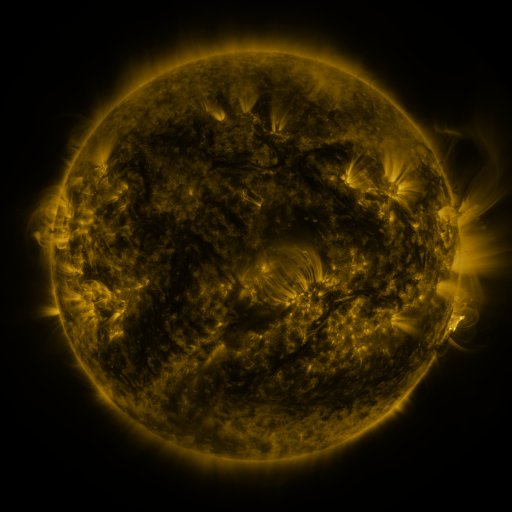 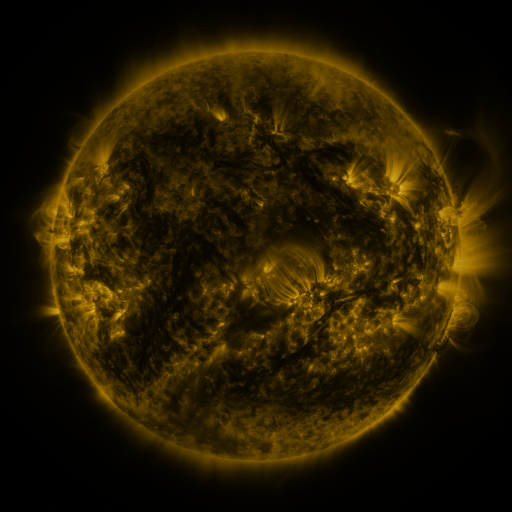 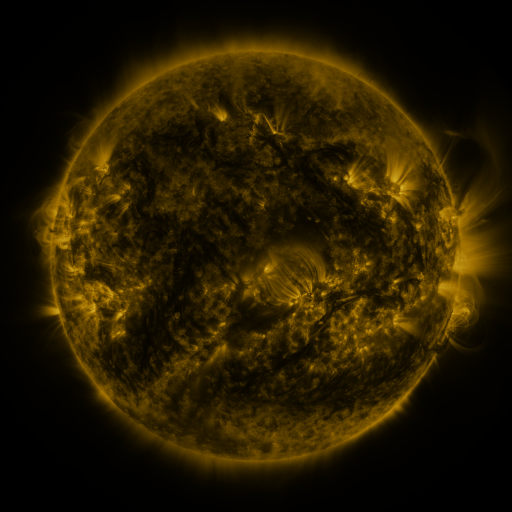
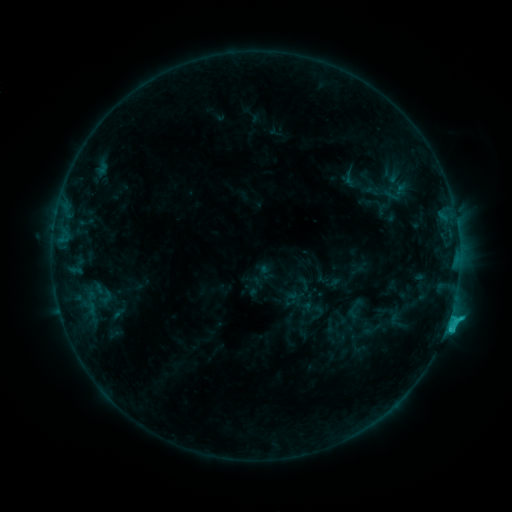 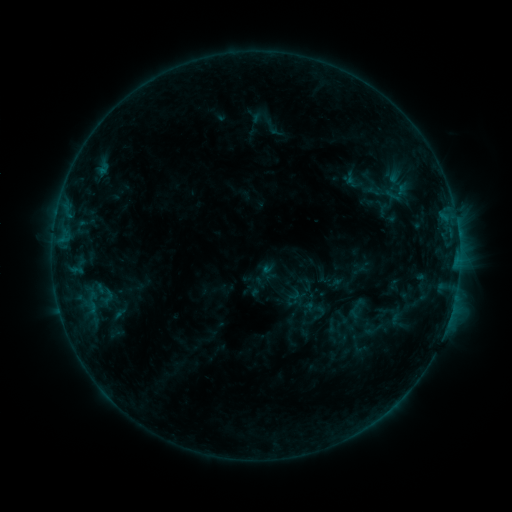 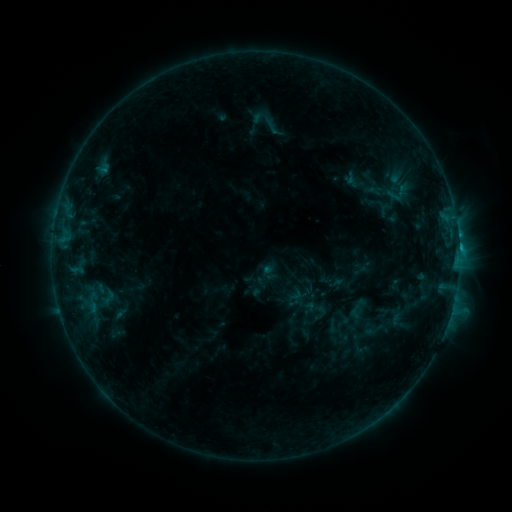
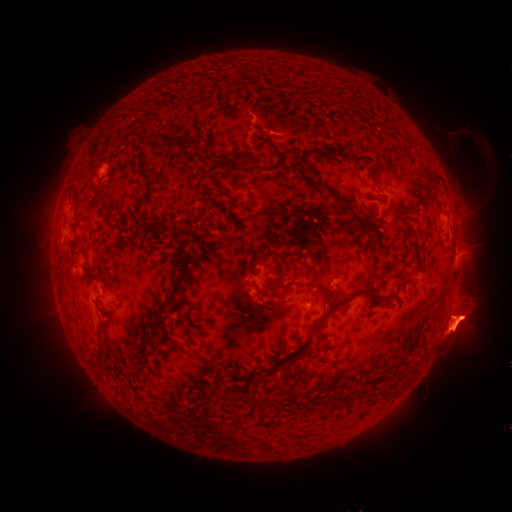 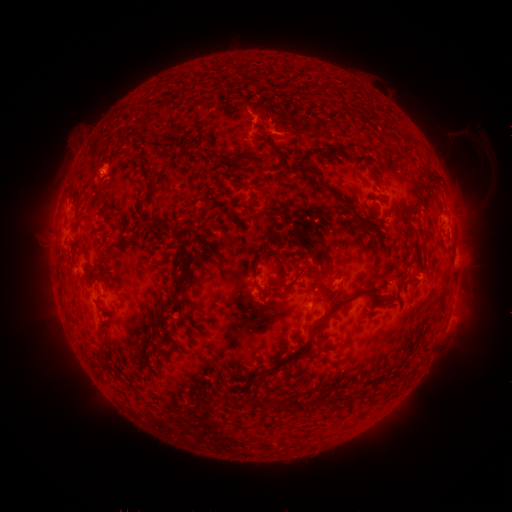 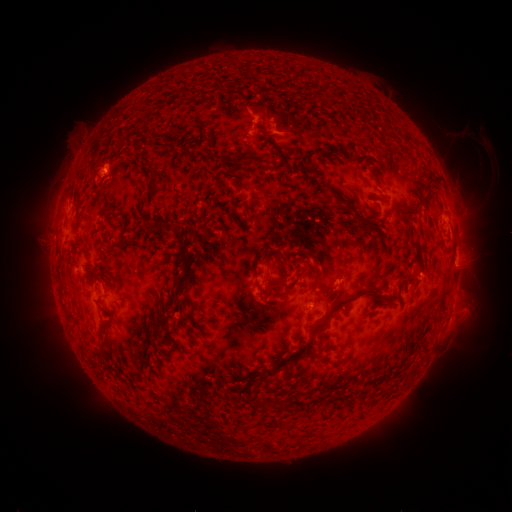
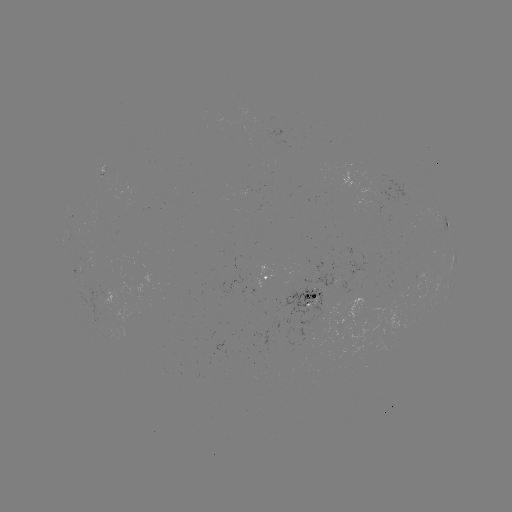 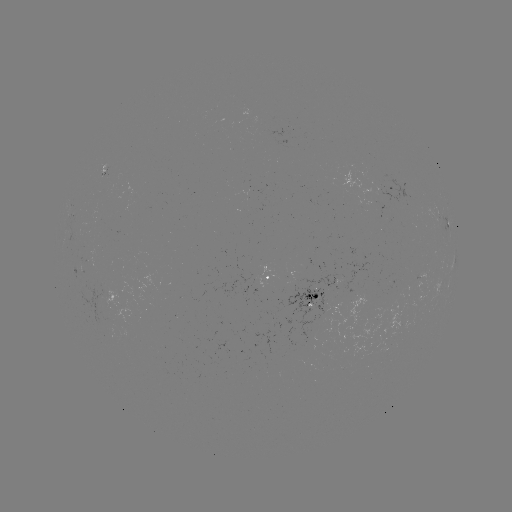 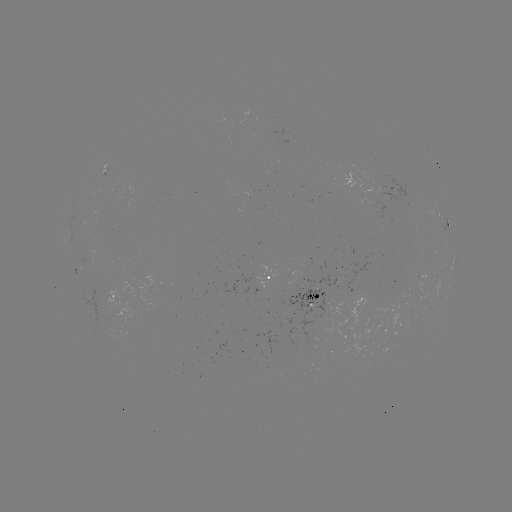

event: emerging-flux region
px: (103, 175)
